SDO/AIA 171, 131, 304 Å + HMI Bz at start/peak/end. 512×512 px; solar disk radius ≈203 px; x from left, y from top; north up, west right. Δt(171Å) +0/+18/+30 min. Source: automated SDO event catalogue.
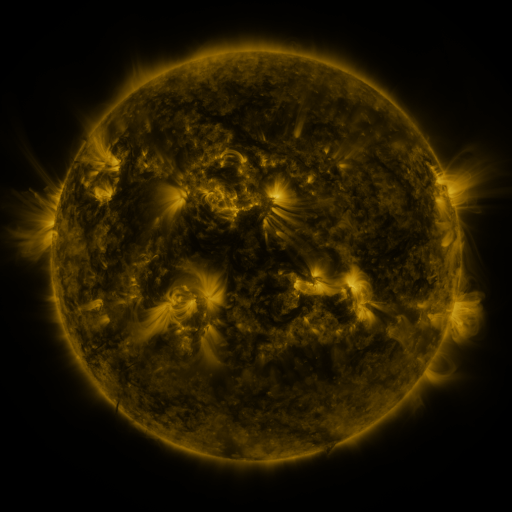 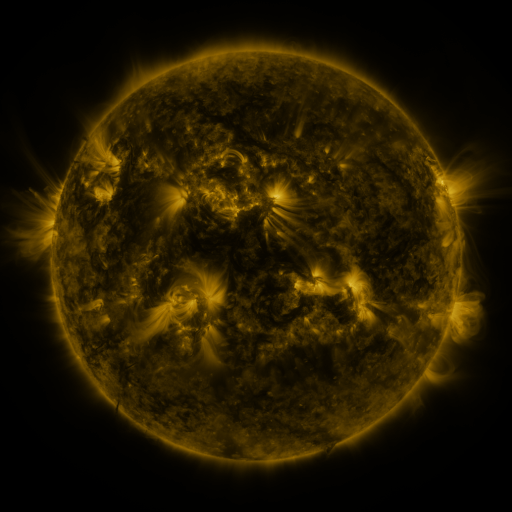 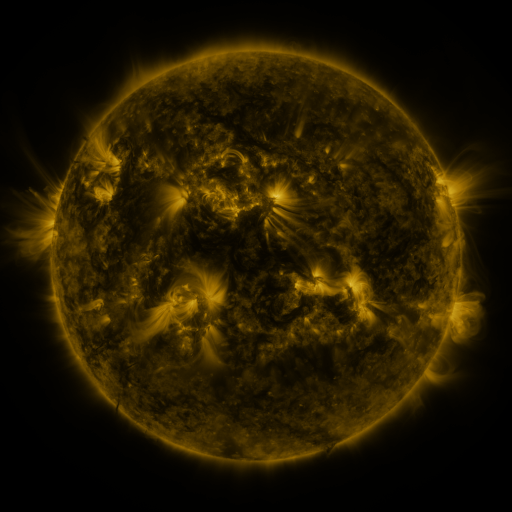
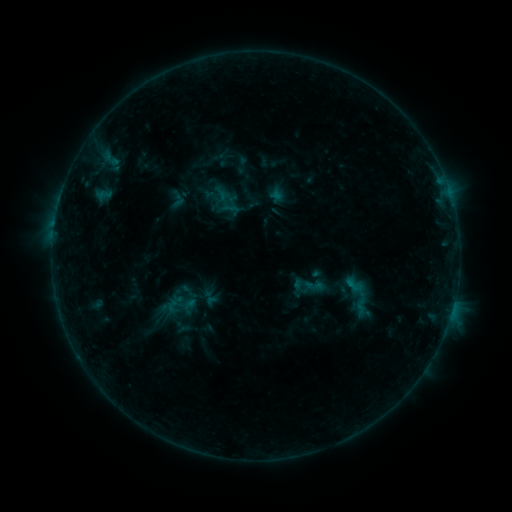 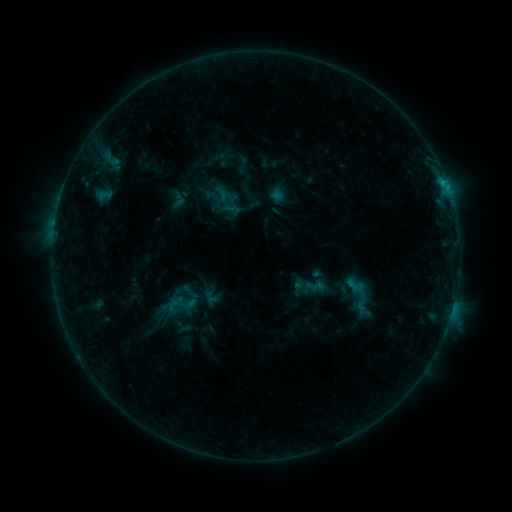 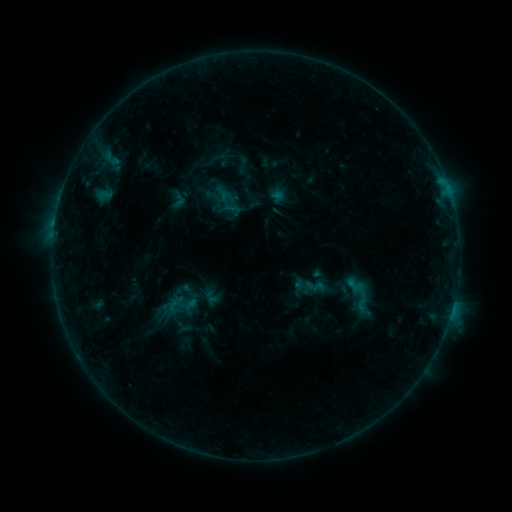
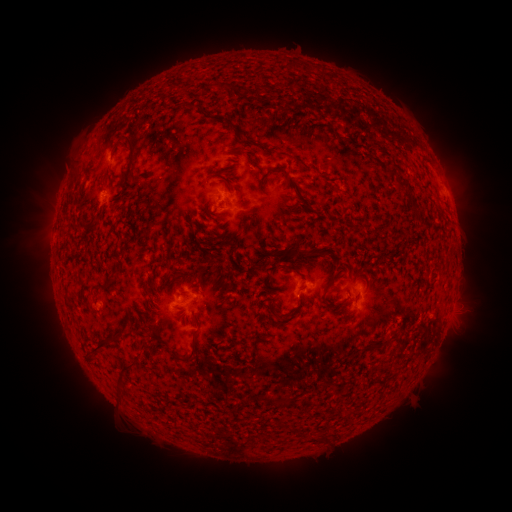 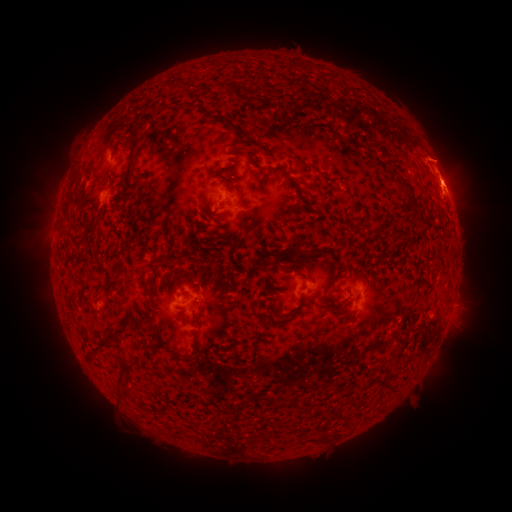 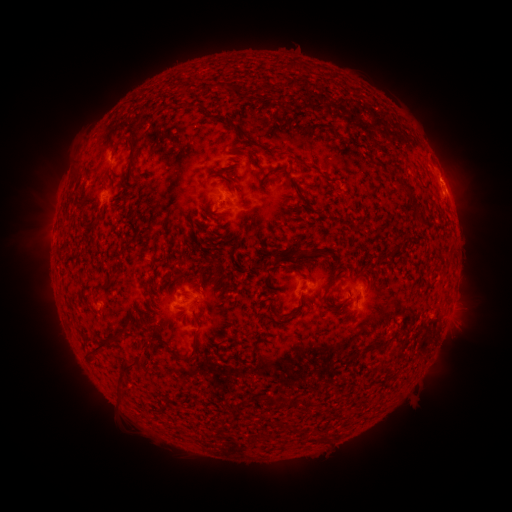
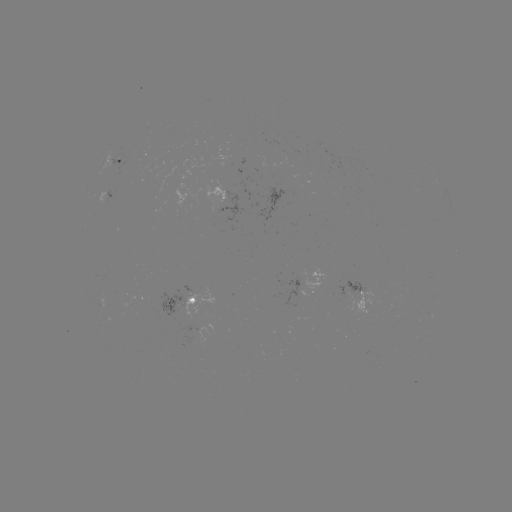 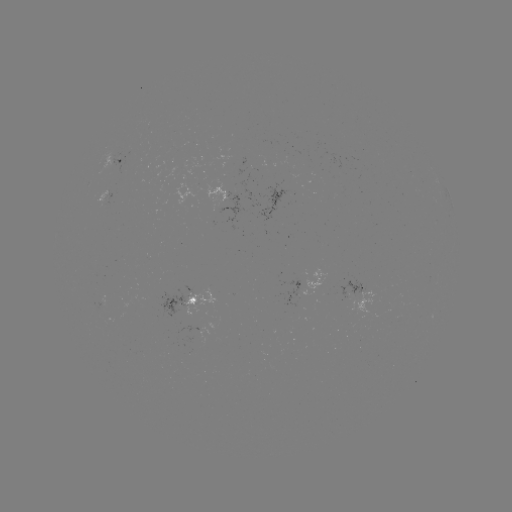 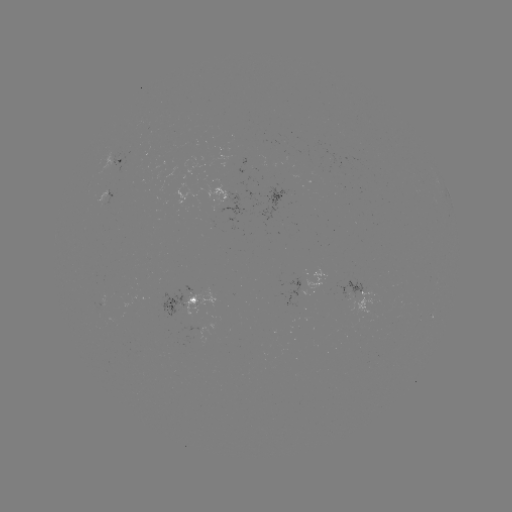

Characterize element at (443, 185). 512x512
B6.8 flare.